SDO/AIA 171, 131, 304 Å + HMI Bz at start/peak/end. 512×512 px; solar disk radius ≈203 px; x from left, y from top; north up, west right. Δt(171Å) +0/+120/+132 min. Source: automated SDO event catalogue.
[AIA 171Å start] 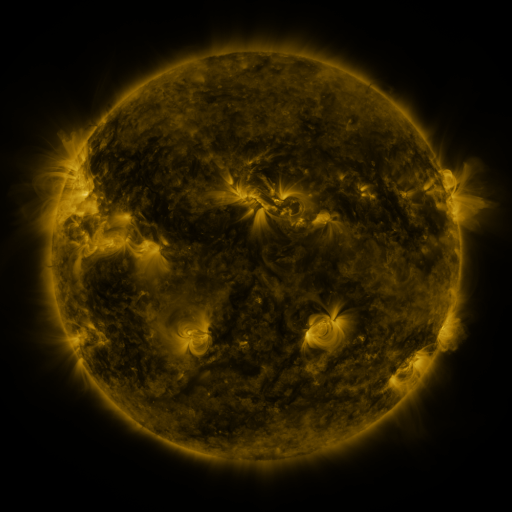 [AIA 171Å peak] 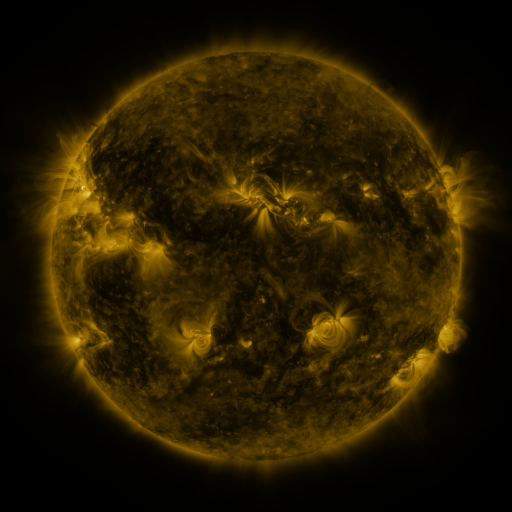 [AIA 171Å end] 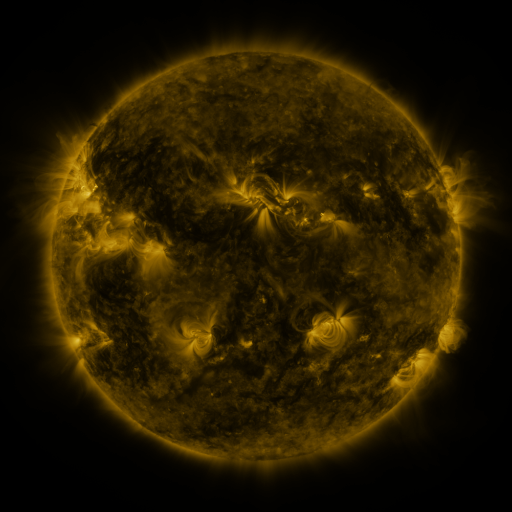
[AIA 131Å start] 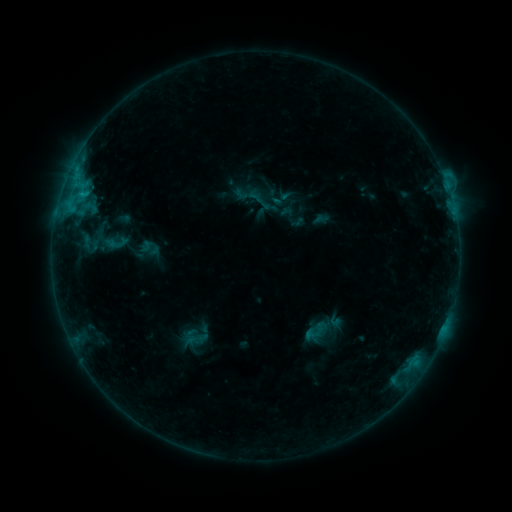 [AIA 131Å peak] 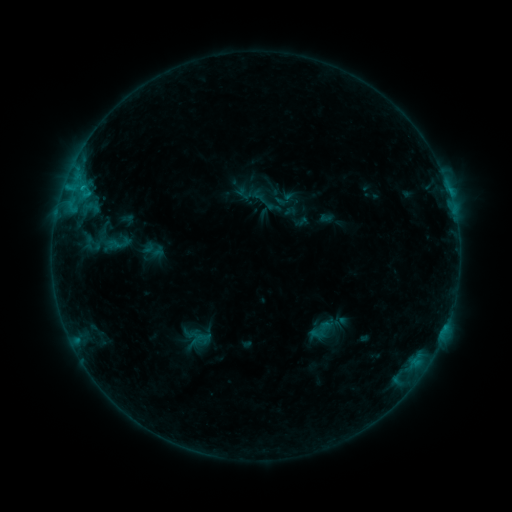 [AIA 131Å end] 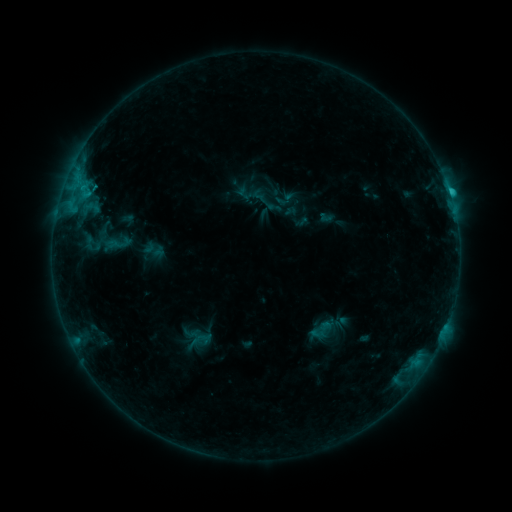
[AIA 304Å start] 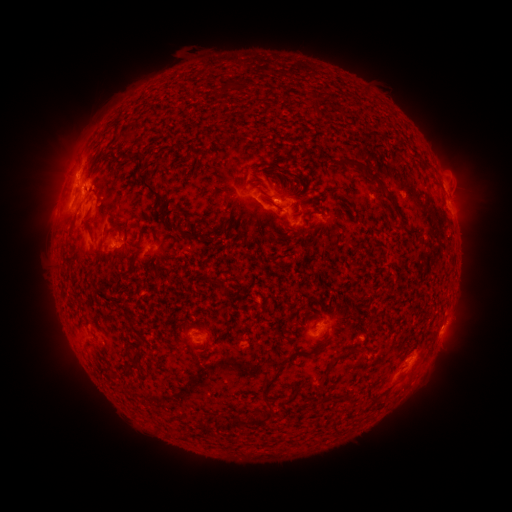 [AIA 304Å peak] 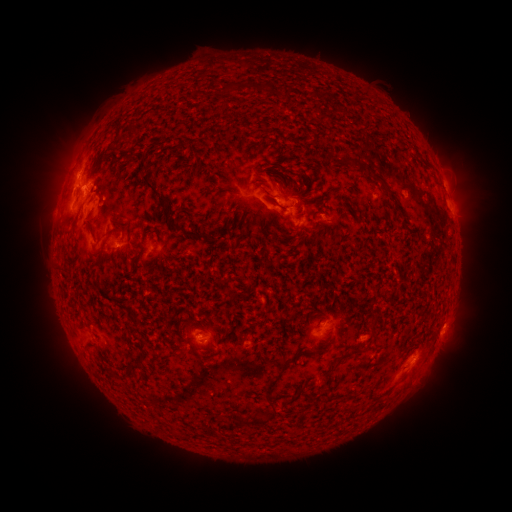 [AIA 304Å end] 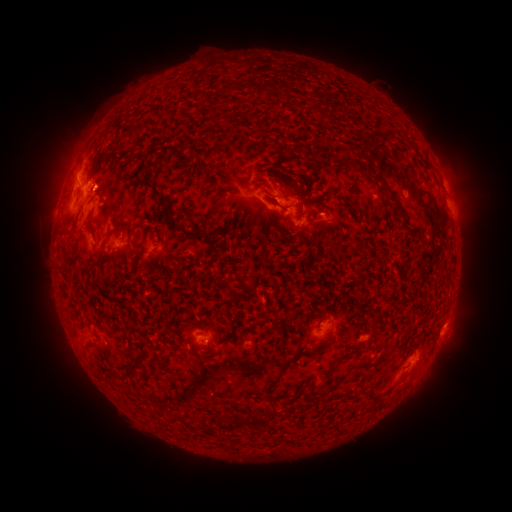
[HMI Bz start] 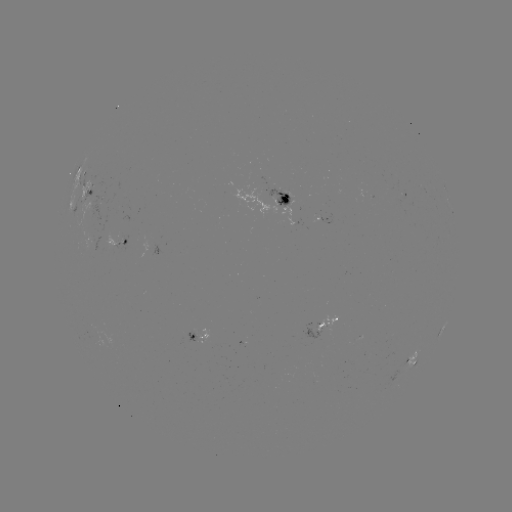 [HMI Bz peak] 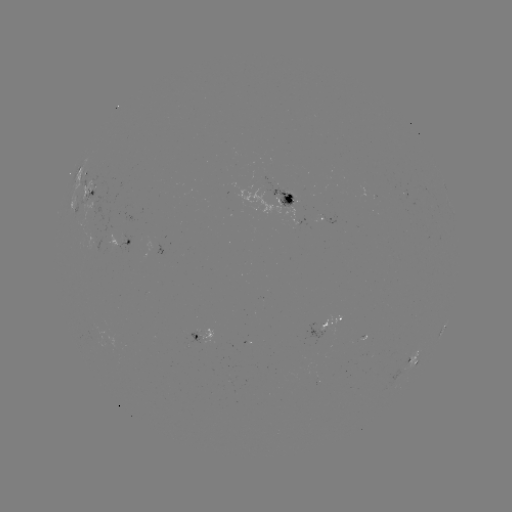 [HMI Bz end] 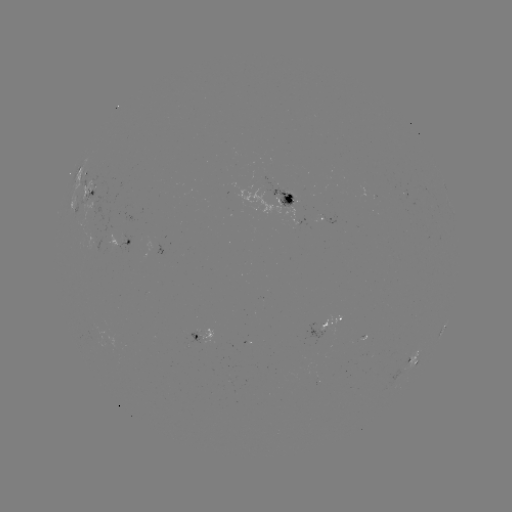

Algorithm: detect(emerging-flux region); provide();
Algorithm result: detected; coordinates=200,340